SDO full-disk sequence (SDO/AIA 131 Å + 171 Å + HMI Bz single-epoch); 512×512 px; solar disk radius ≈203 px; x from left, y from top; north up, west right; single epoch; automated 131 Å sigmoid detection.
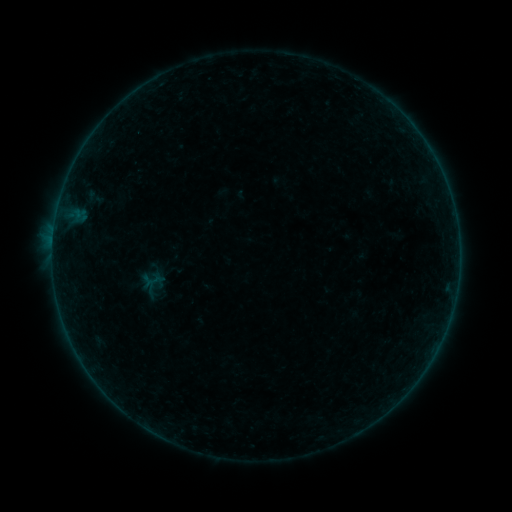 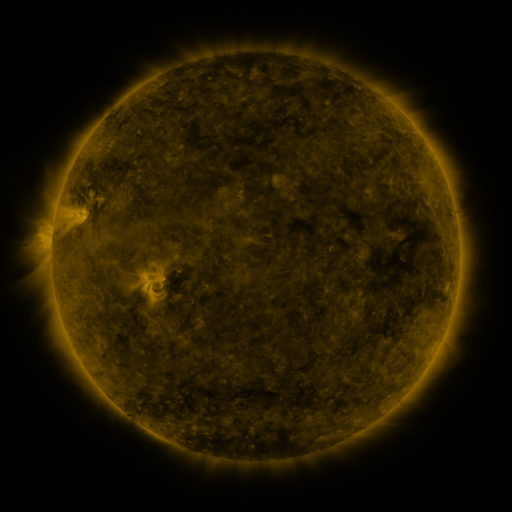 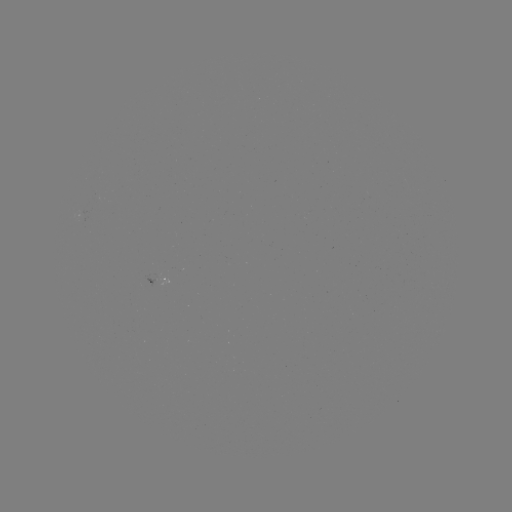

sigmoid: (143, 273, 165, 292)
